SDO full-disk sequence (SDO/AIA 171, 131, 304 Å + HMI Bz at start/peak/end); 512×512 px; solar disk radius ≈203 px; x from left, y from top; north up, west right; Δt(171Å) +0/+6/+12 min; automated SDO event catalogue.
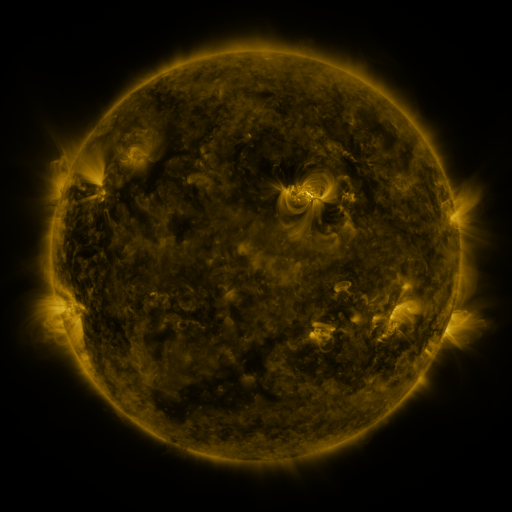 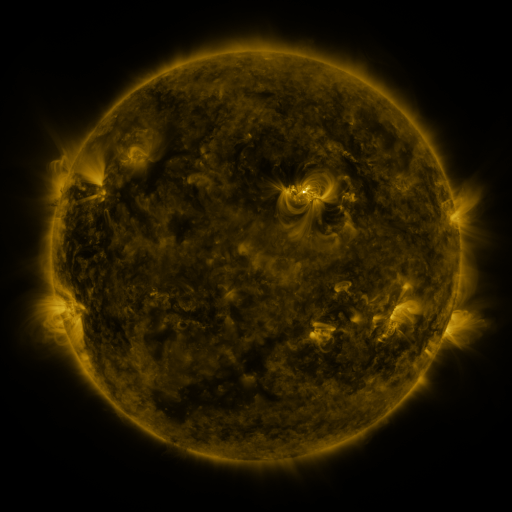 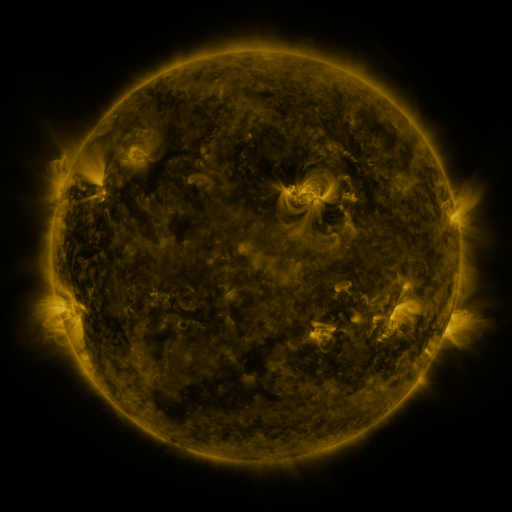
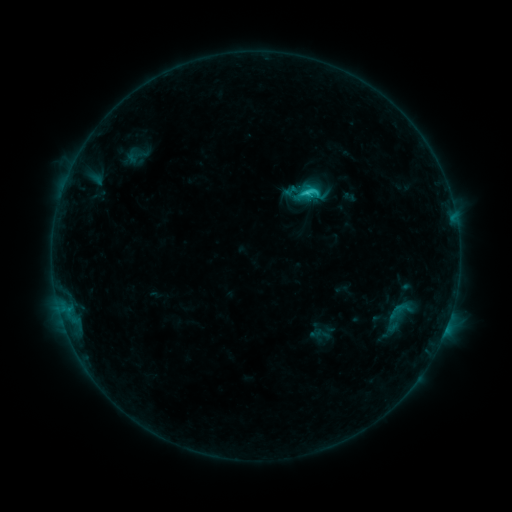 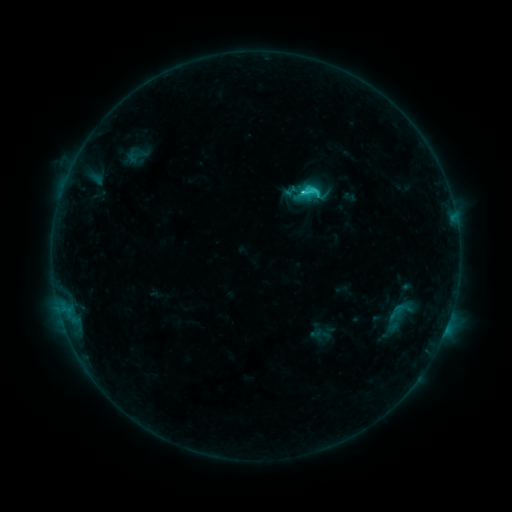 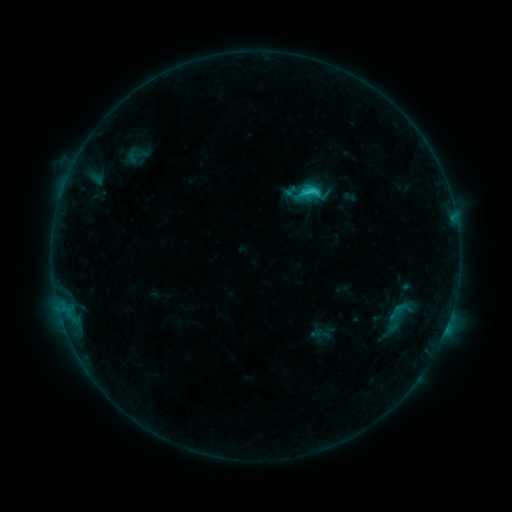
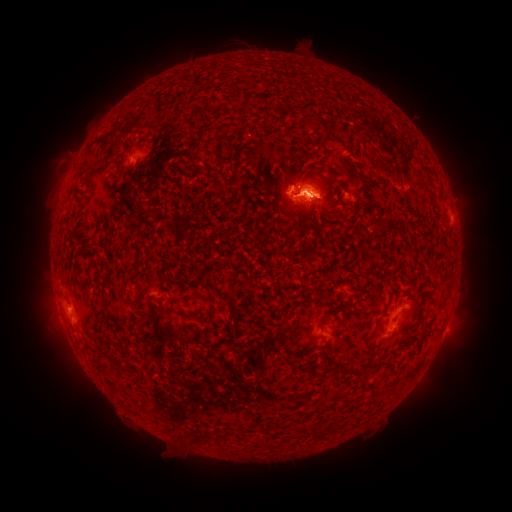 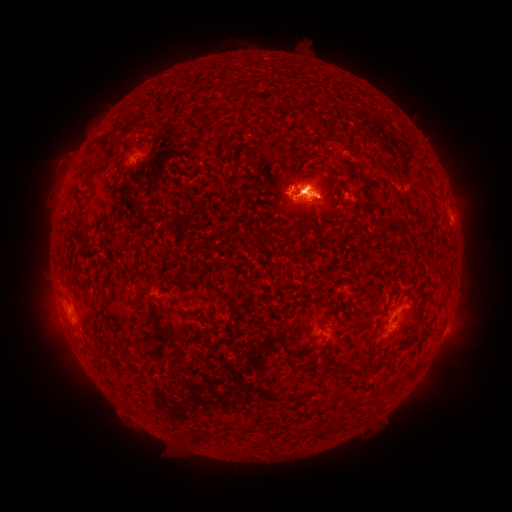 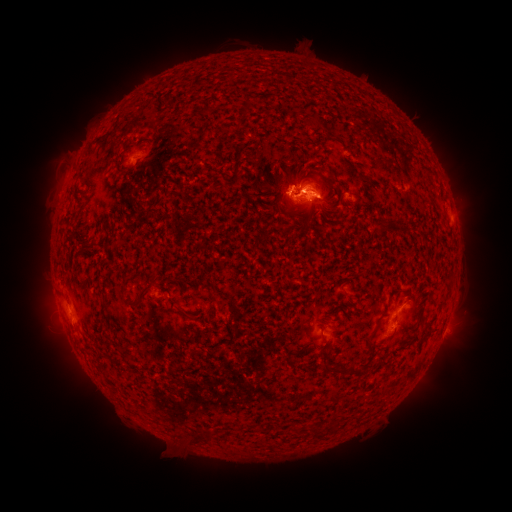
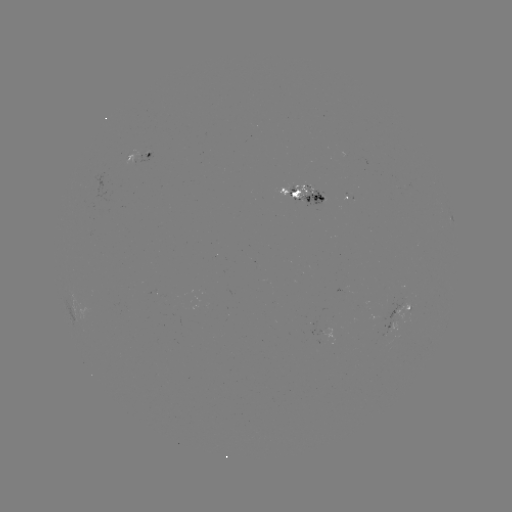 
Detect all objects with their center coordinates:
eruption: (312, 177)
